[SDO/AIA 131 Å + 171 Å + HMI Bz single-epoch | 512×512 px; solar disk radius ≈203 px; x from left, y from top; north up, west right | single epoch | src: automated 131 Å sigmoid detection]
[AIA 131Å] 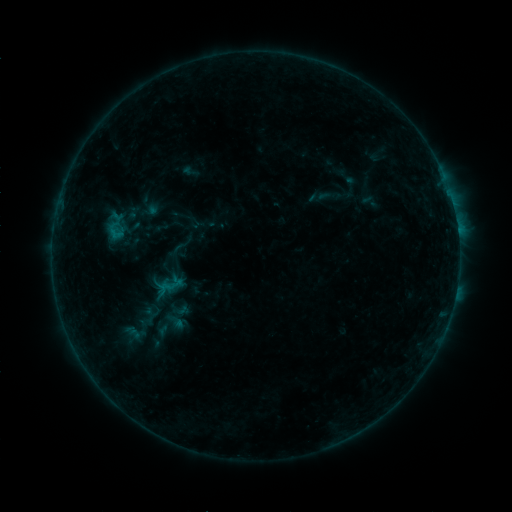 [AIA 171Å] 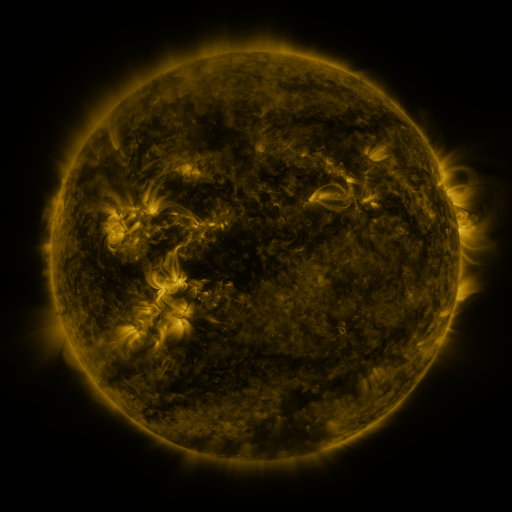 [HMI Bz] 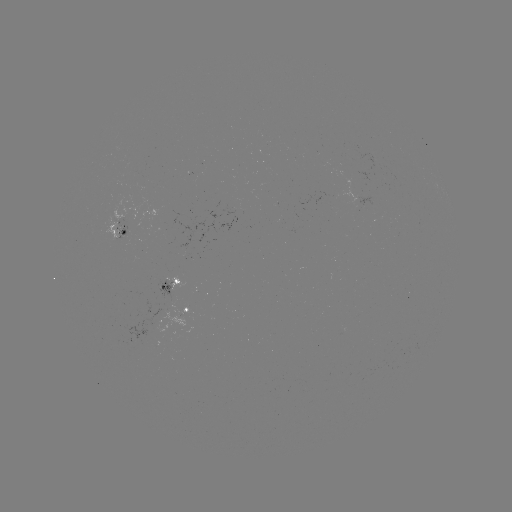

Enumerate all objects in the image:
sigmoid: (176, 250)
